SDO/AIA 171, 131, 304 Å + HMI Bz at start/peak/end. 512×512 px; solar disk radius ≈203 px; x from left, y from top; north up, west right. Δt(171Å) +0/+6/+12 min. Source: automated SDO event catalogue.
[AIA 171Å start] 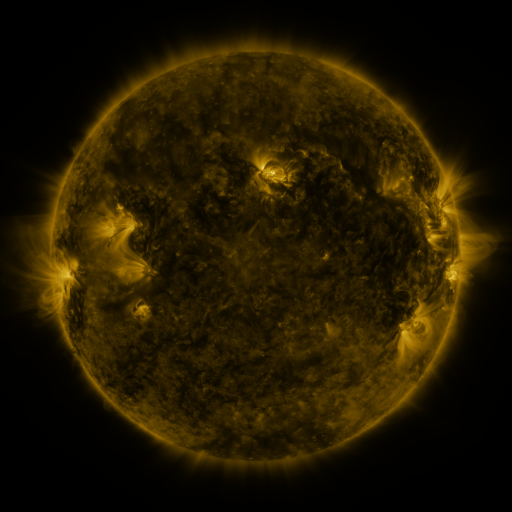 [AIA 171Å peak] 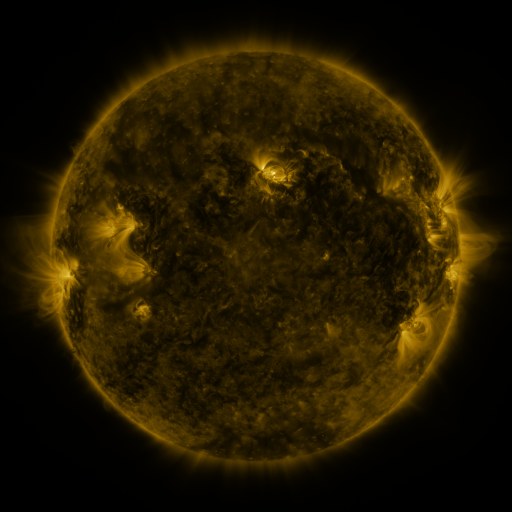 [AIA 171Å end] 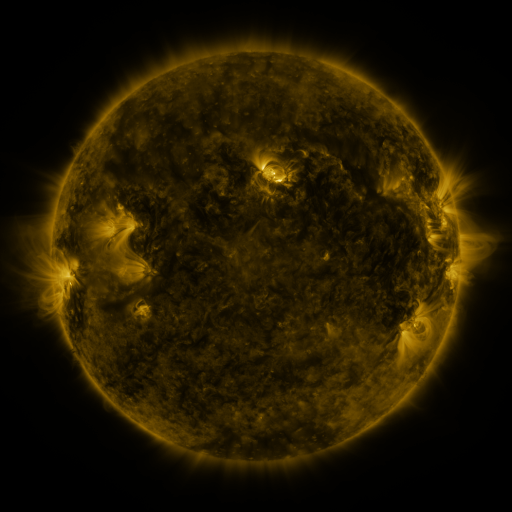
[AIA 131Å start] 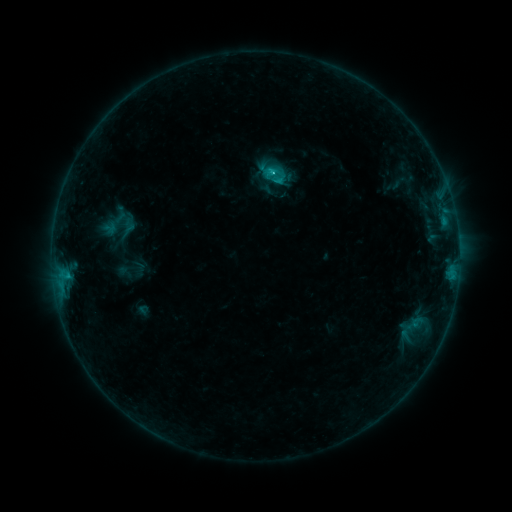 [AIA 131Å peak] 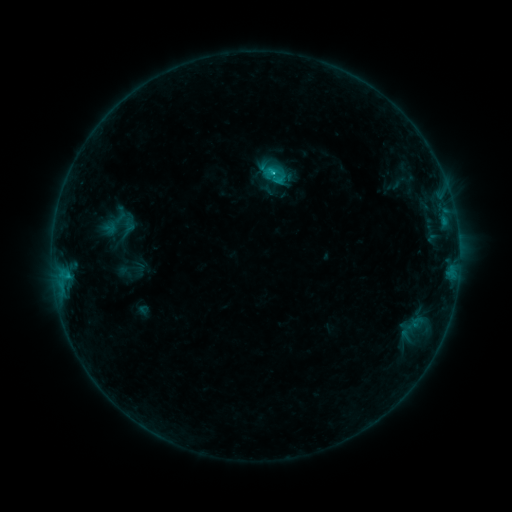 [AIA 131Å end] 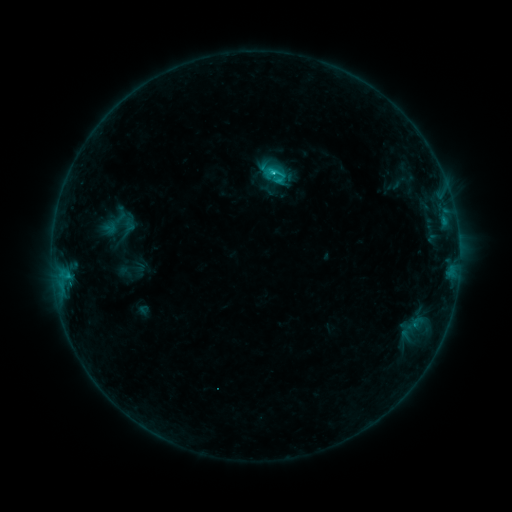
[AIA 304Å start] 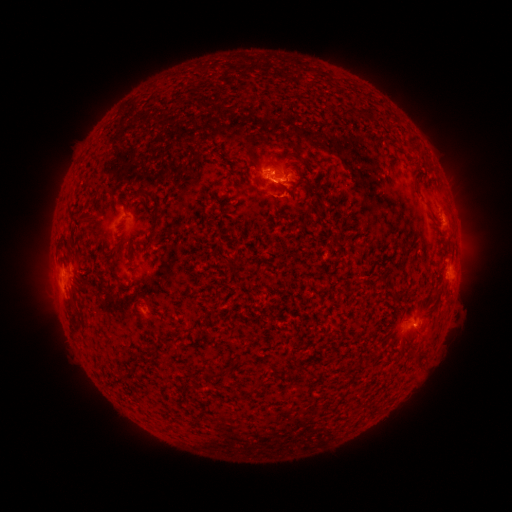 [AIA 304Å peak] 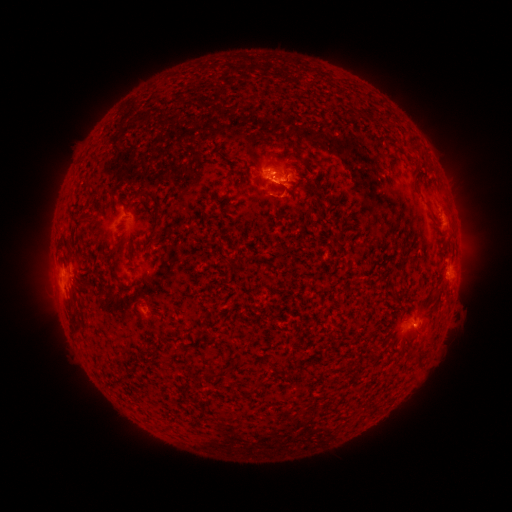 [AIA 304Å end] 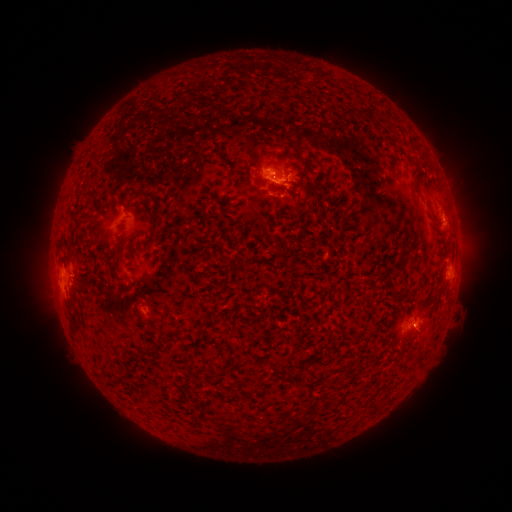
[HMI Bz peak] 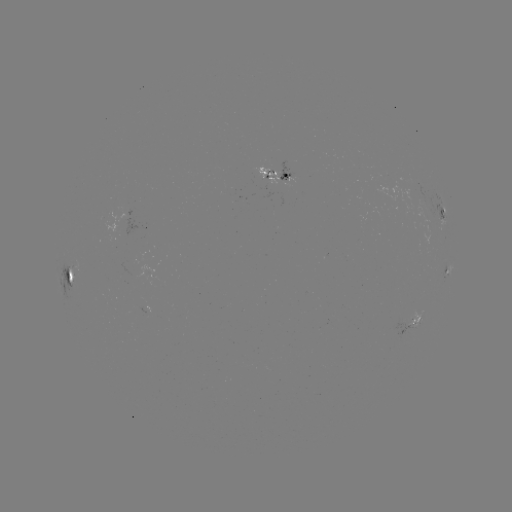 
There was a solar flare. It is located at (272, 174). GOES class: C1.3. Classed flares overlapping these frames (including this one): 1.